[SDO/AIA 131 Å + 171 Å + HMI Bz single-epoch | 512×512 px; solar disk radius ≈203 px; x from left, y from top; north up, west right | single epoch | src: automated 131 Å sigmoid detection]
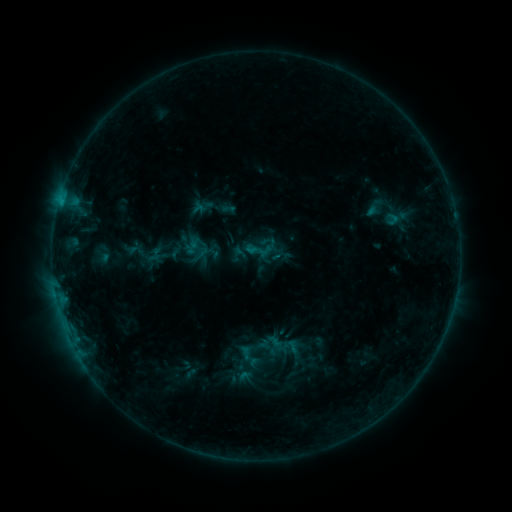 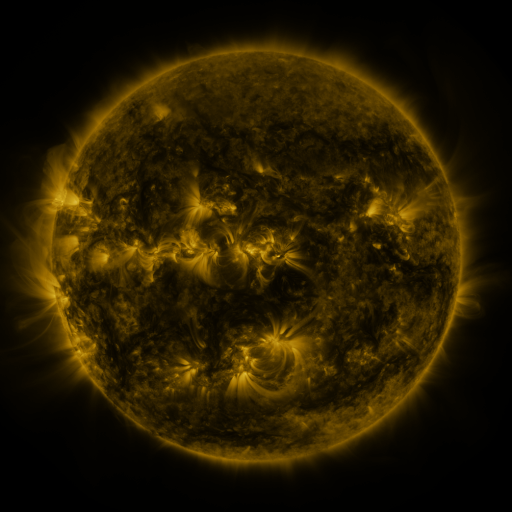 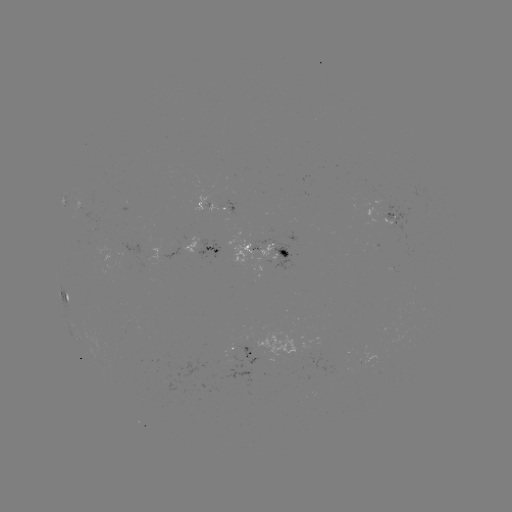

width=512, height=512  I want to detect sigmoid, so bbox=[244, 231, 280, 266].